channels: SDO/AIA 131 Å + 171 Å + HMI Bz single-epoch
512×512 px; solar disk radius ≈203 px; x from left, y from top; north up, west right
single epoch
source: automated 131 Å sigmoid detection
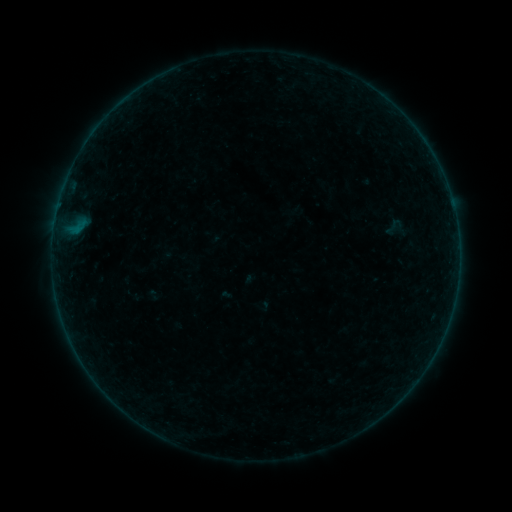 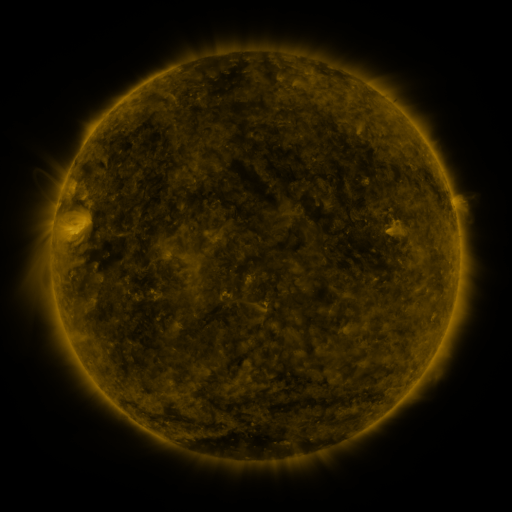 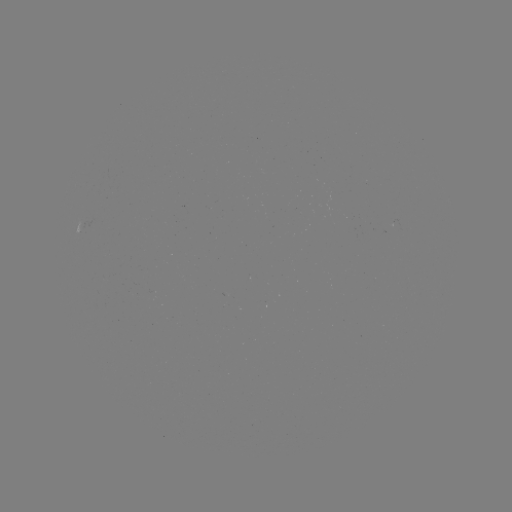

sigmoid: [382, 216, 403, 236]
